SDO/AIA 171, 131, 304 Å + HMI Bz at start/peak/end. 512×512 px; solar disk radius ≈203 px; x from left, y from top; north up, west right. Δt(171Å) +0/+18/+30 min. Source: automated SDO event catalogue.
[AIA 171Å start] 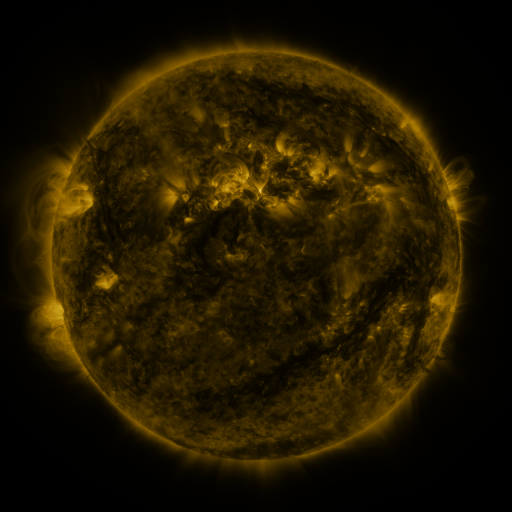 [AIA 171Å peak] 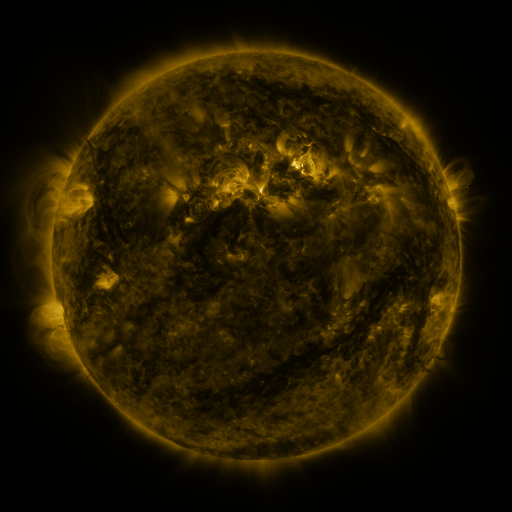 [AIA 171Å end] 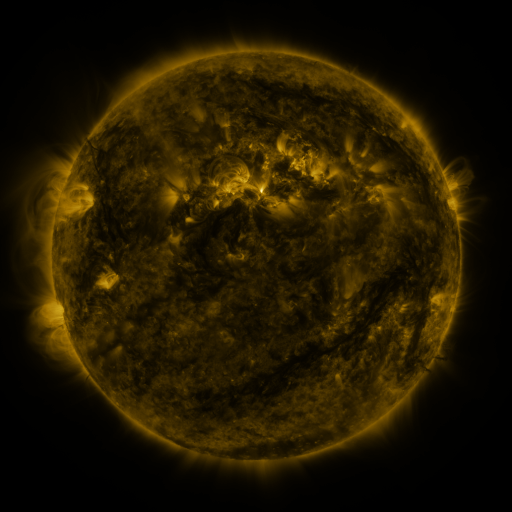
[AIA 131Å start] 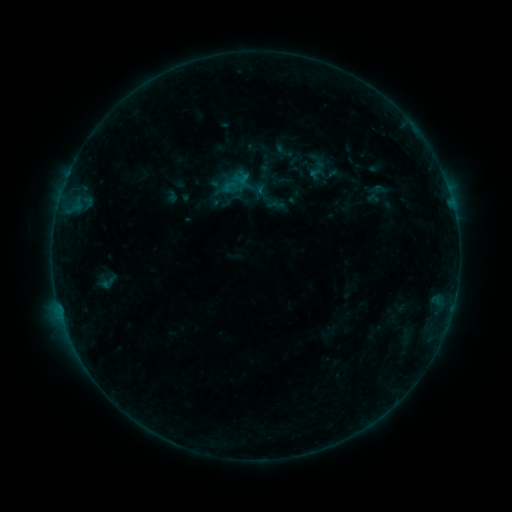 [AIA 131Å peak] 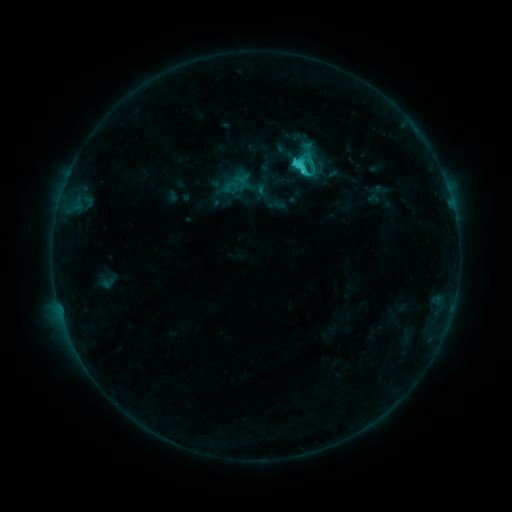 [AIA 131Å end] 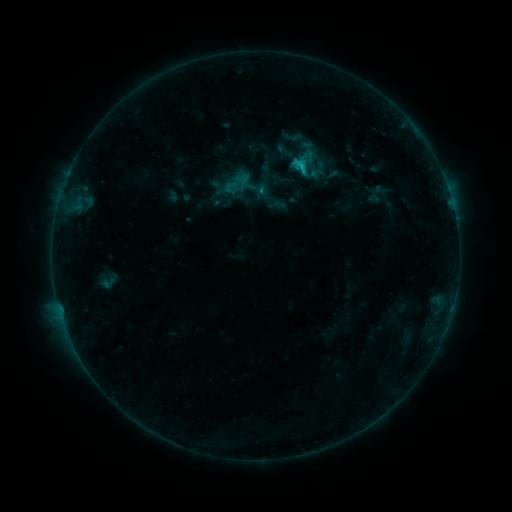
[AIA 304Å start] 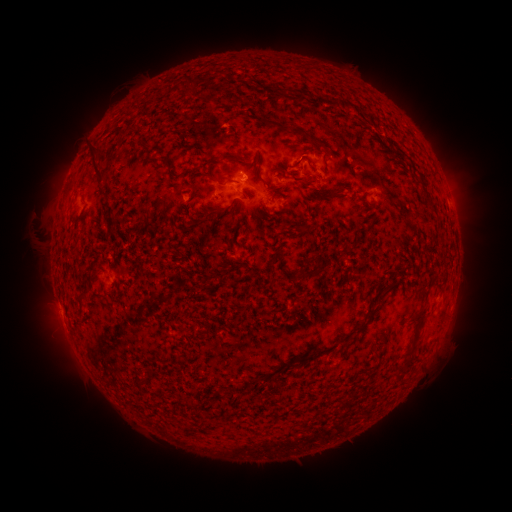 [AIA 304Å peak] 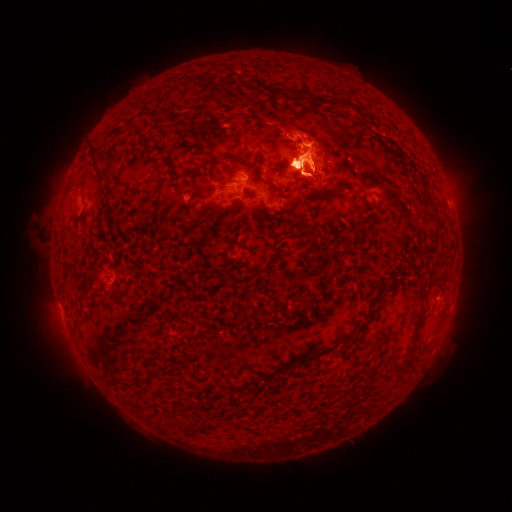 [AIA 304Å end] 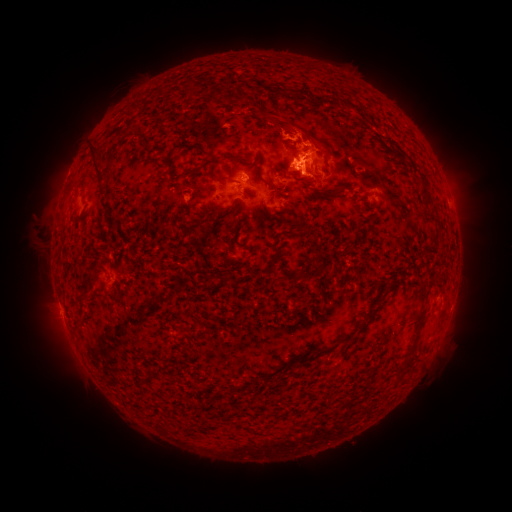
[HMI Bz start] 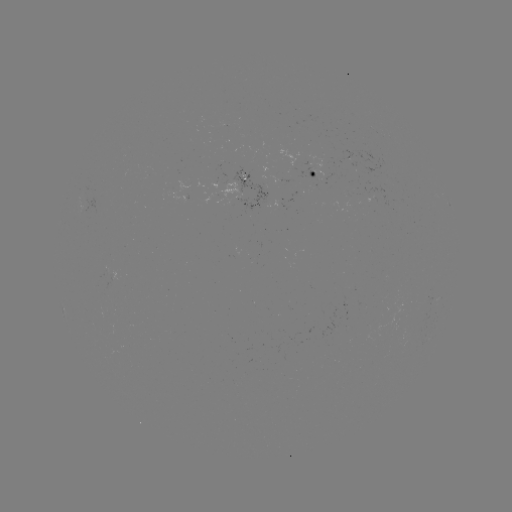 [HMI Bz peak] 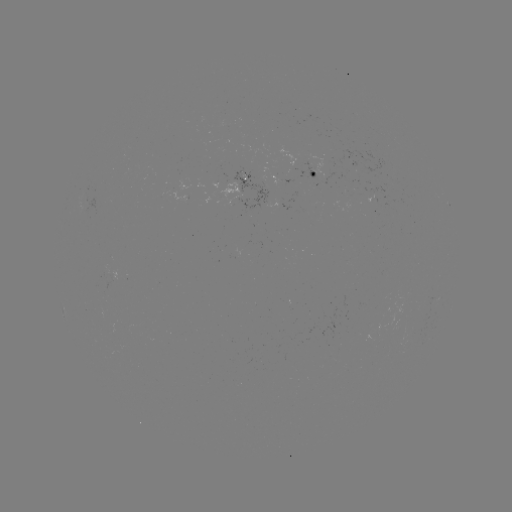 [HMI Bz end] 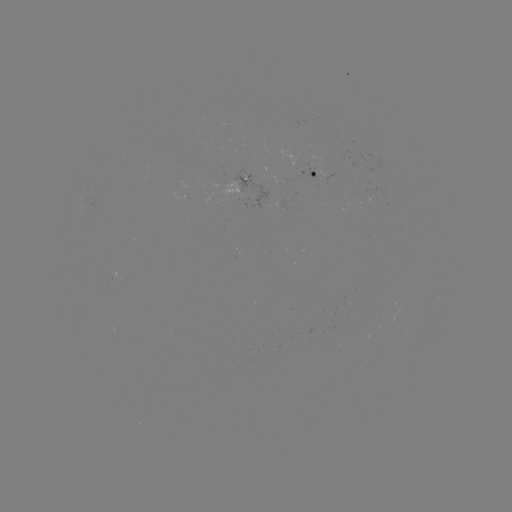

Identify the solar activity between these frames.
eruption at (301, 155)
